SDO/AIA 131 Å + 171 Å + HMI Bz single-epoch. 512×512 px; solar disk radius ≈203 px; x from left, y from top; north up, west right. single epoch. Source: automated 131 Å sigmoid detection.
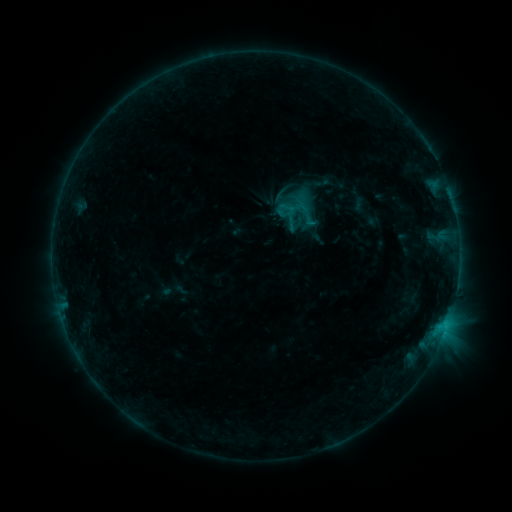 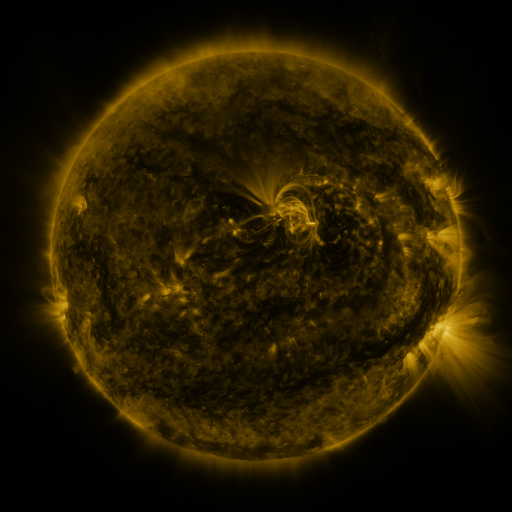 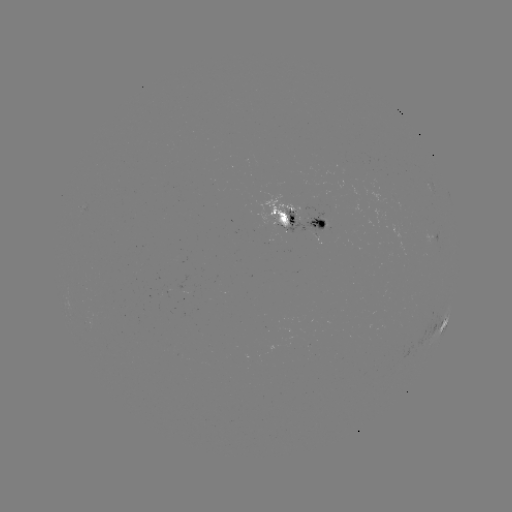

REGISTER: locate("sigmoid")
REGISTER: [300, 203]